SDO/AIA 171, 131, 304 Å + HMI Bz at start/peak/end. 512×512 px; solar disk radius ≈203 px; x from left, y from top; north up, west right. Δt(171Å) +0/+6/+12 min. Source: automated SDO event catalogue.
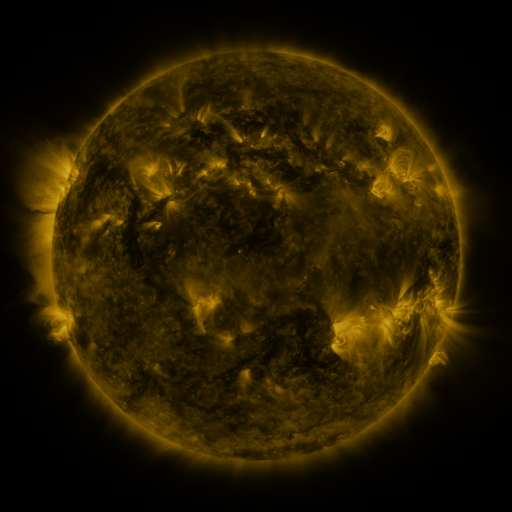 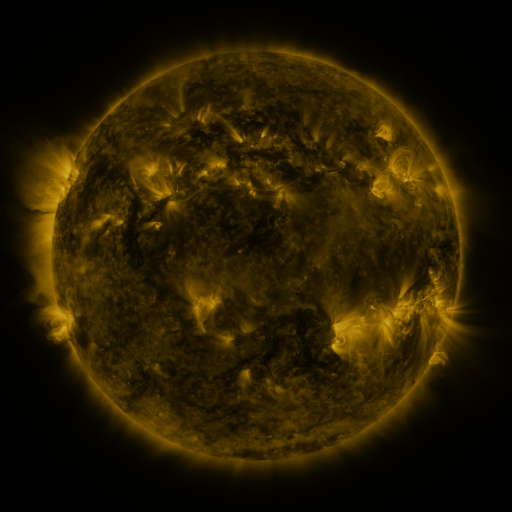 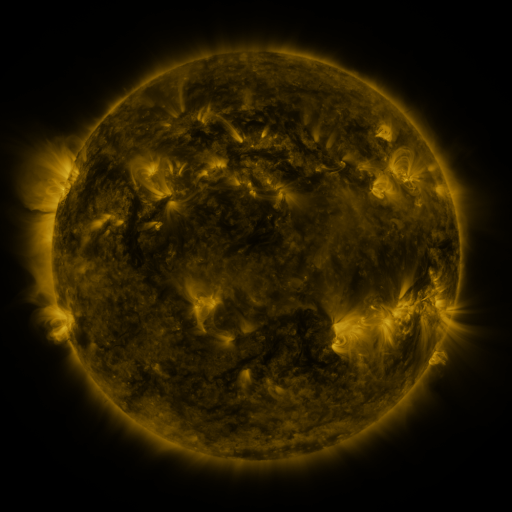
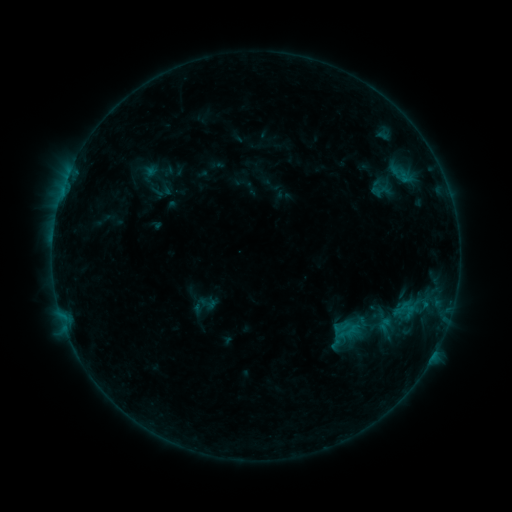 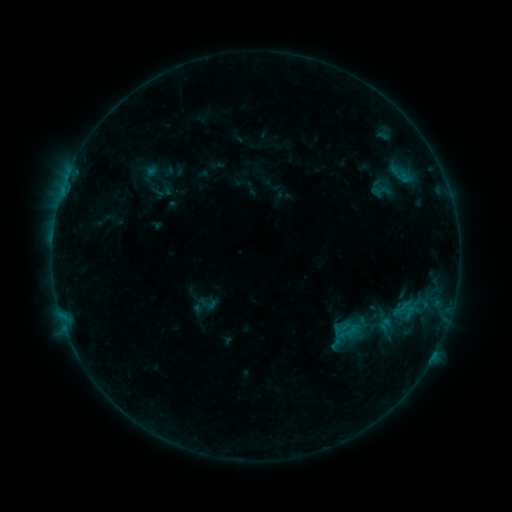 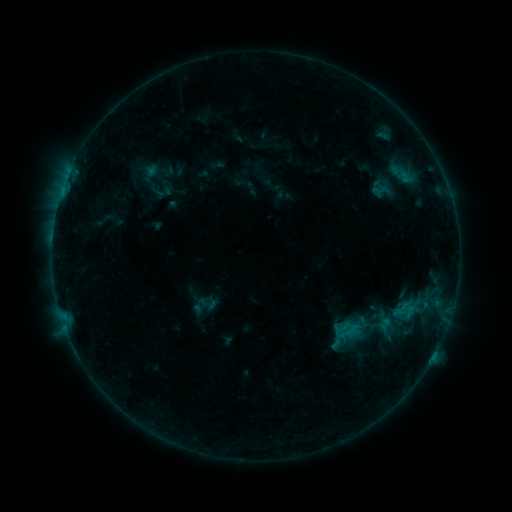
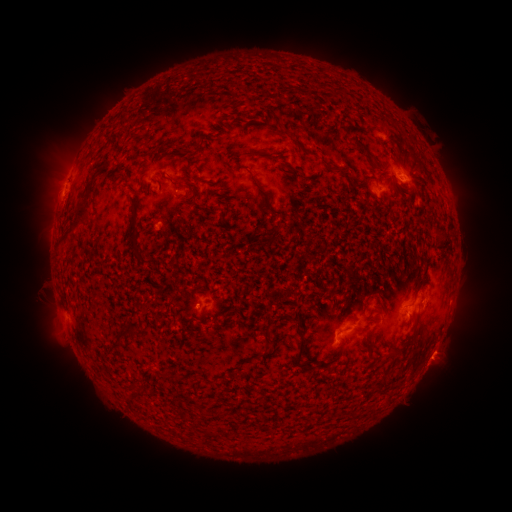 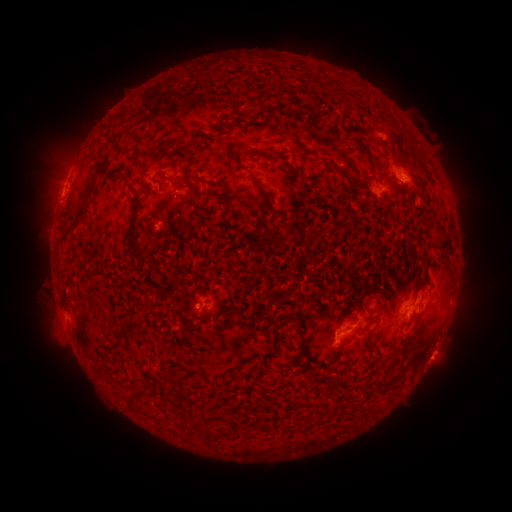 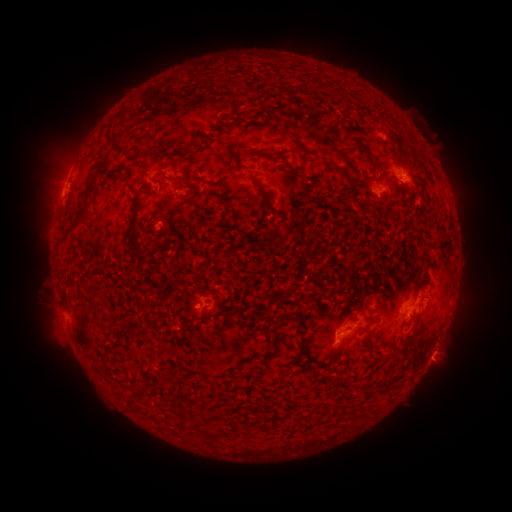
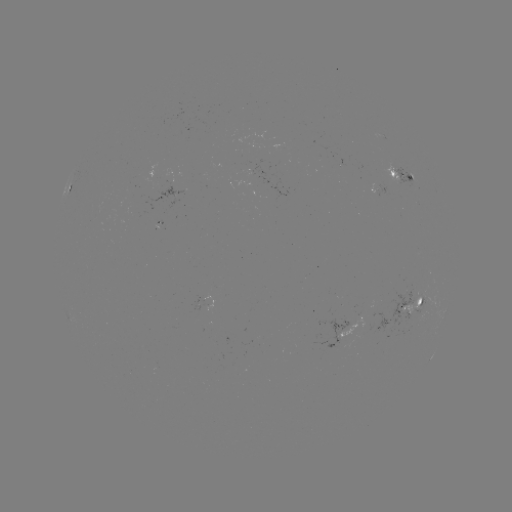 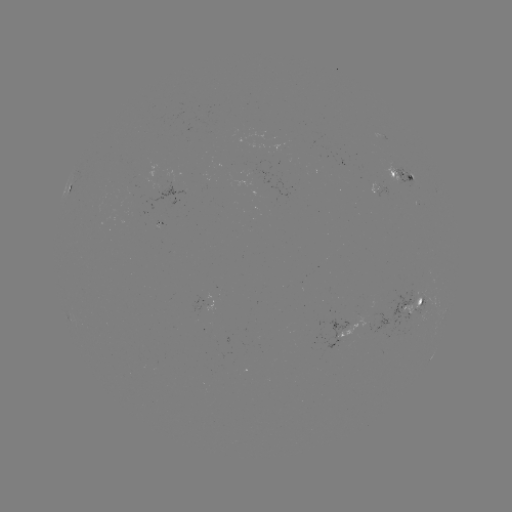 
no flare in any classed list; no EUV-trigger detection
